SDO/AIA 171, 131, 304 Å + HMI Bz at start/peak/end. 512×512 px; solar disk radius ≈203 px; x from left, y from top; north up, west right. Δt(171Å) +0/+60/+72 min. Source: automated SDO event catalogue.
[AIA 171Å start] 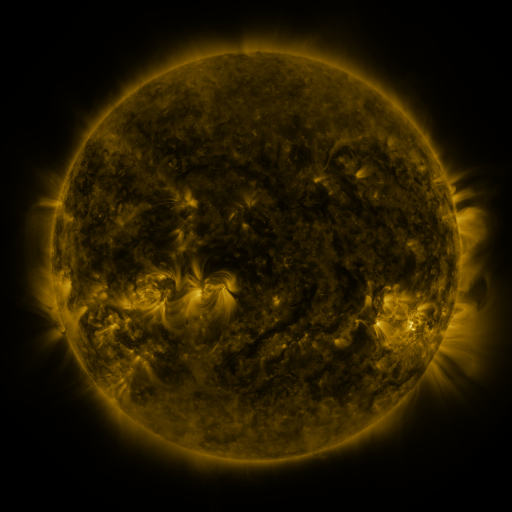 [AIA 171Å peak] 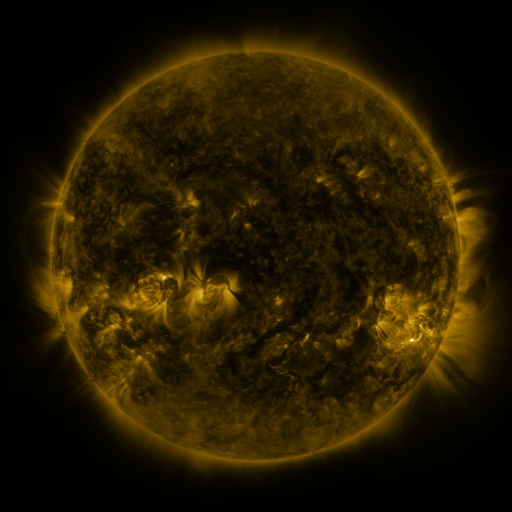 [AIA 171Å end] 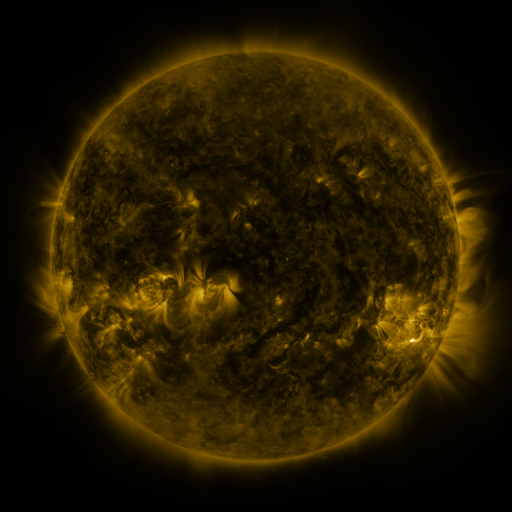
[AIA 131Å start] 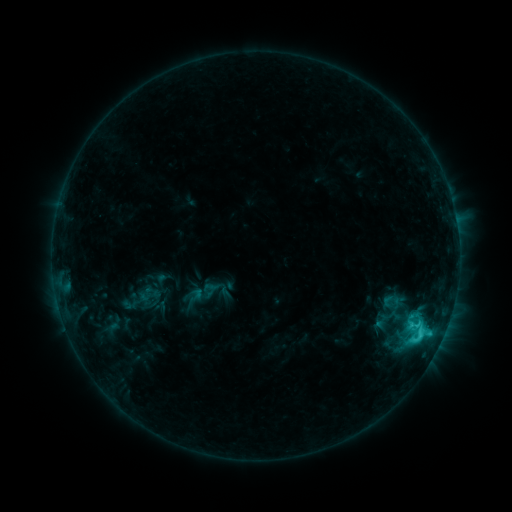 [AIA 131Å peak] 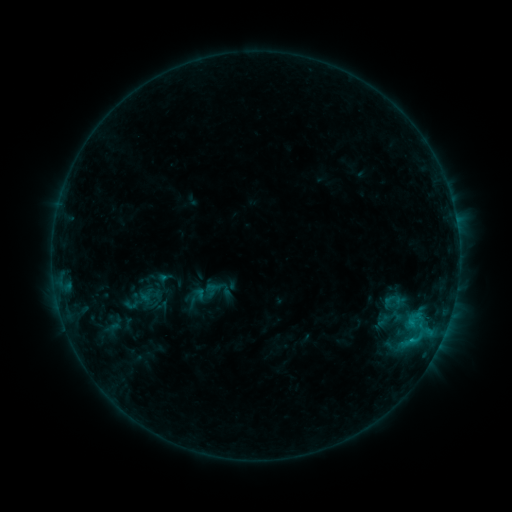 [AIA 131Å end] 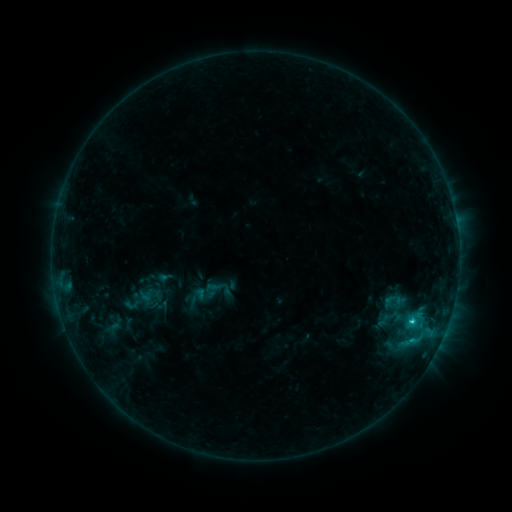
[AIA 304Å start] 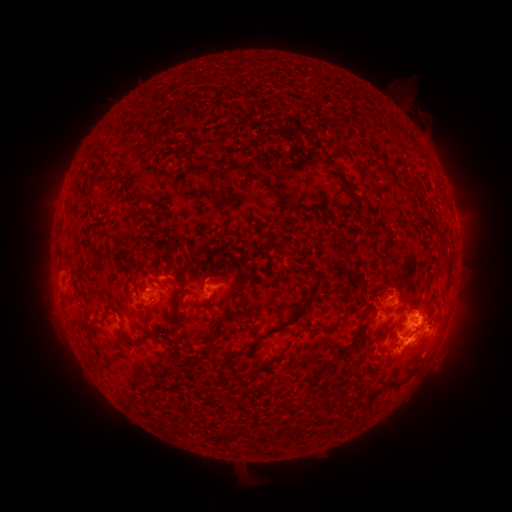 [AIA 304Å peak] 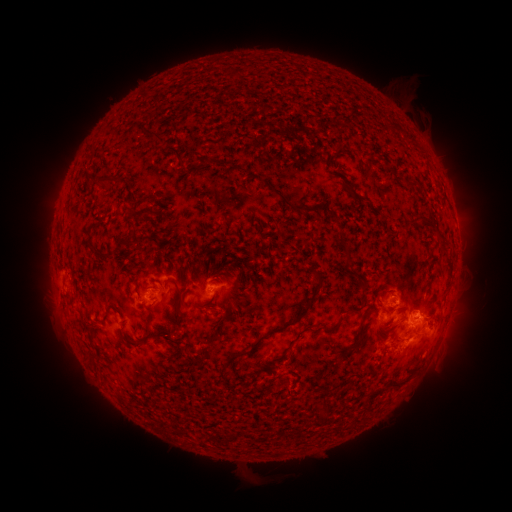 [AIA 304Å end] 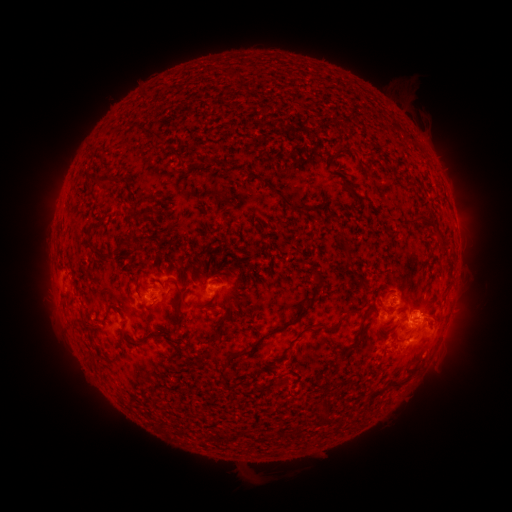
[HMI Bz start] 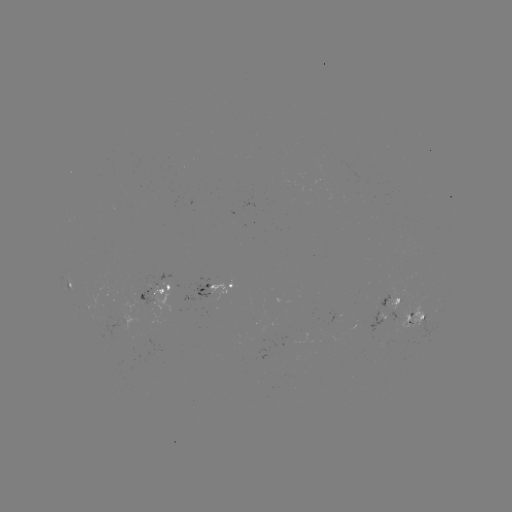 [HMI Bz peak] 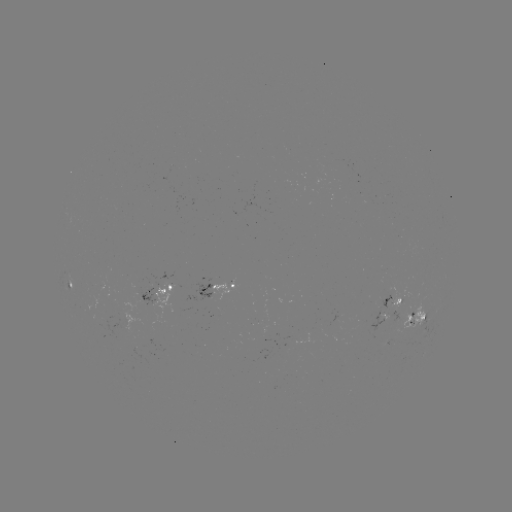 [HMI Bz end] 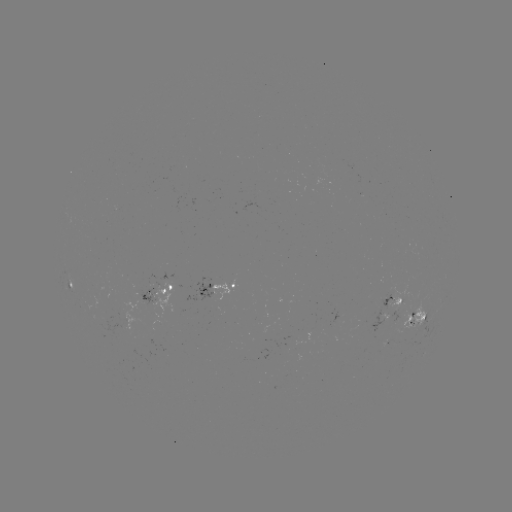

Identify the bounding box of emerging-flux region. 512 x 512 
[133, 289, 157, 312].